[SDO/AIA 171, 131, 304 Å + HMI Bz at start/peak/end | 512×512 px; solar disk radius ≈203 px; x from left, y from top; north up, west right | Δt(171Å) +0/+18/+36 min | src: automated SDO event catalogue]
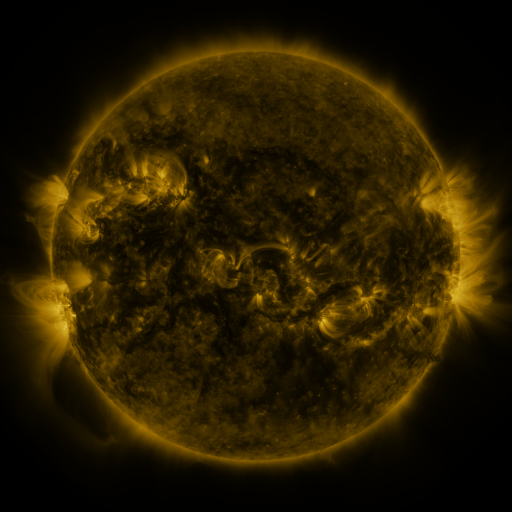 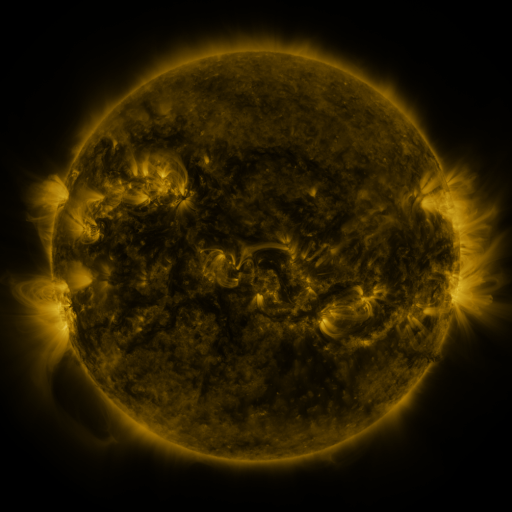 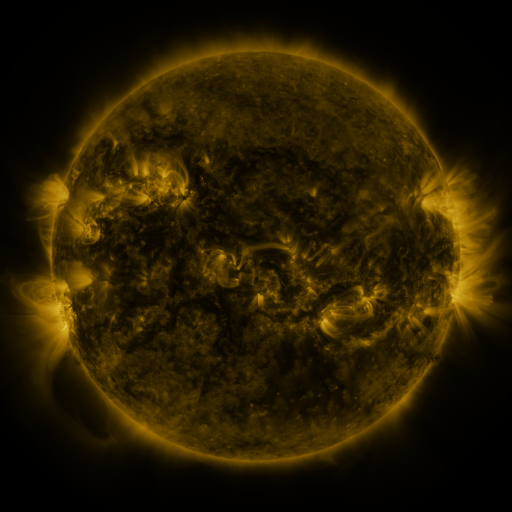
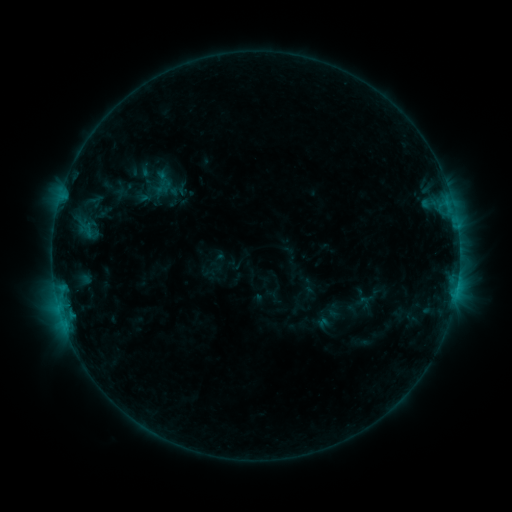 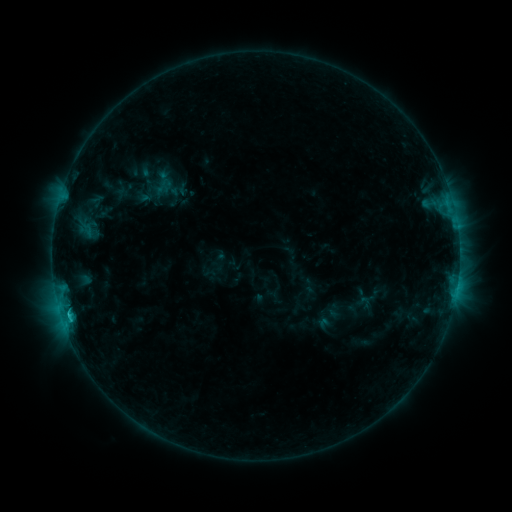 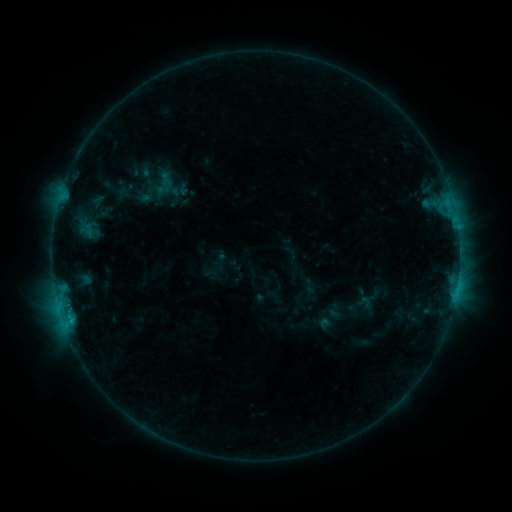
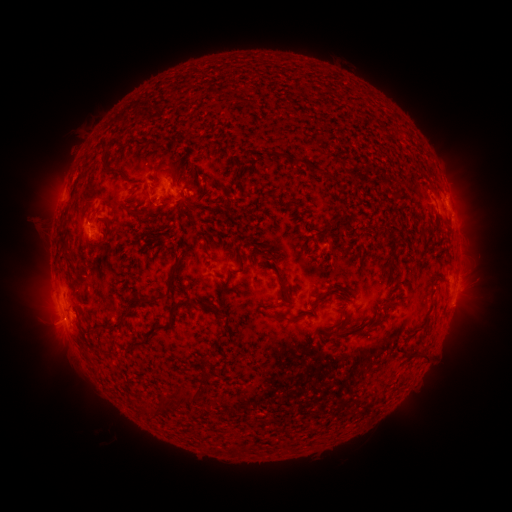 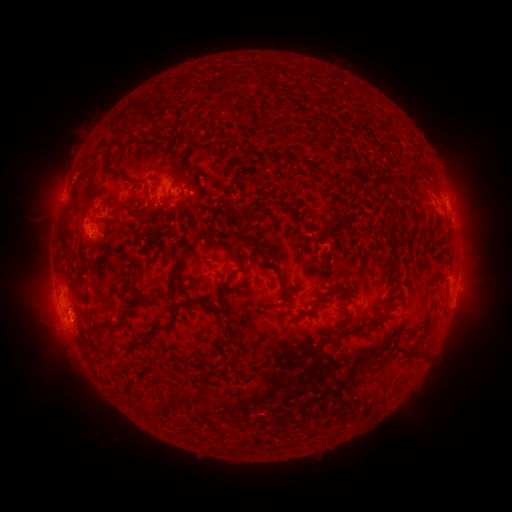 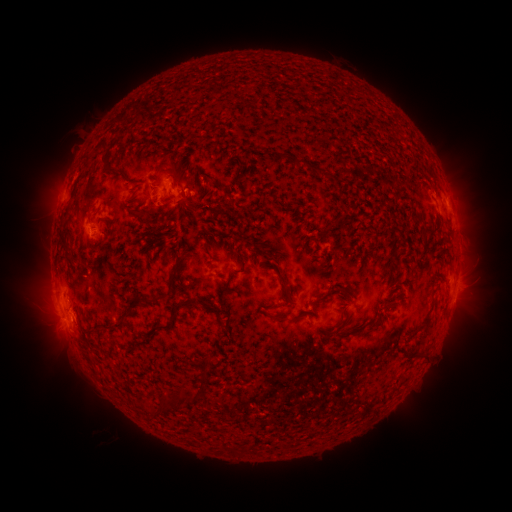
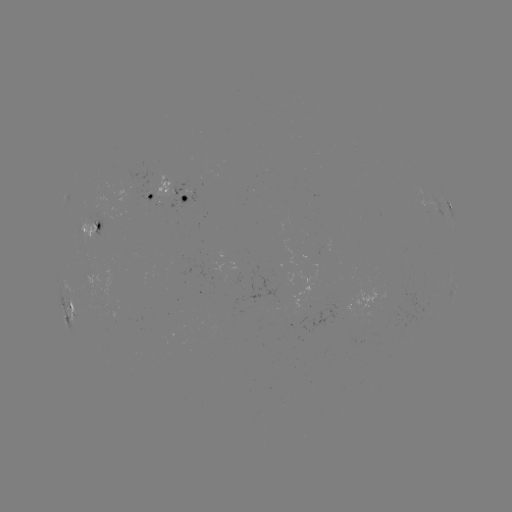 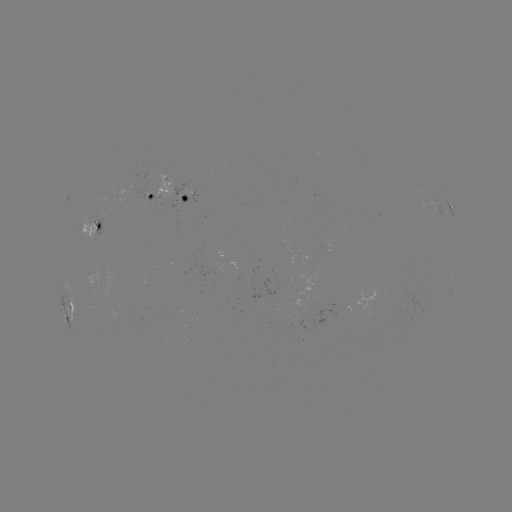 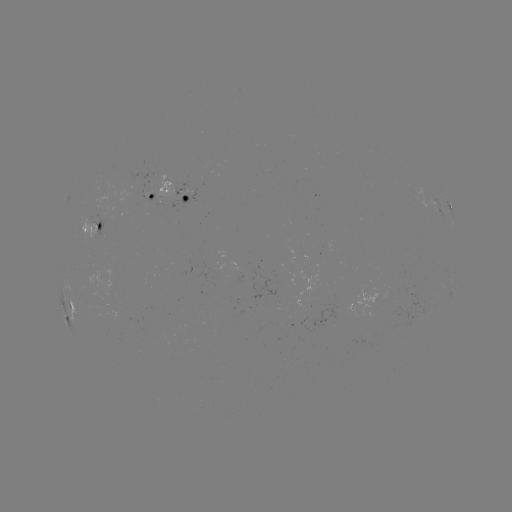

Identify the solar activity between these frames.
C1.0 flare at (69, 313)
